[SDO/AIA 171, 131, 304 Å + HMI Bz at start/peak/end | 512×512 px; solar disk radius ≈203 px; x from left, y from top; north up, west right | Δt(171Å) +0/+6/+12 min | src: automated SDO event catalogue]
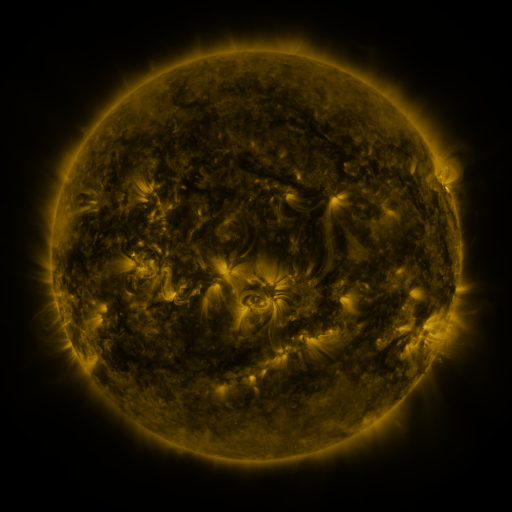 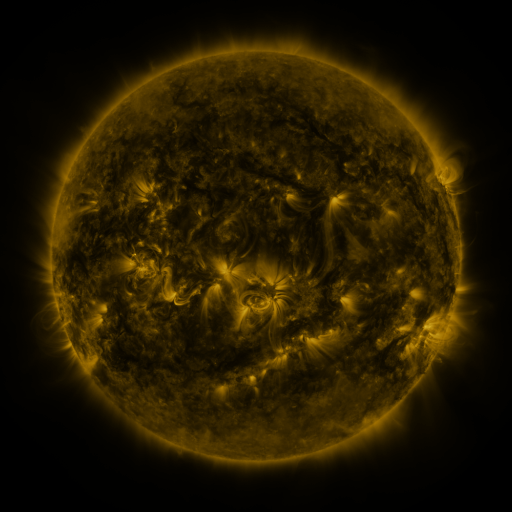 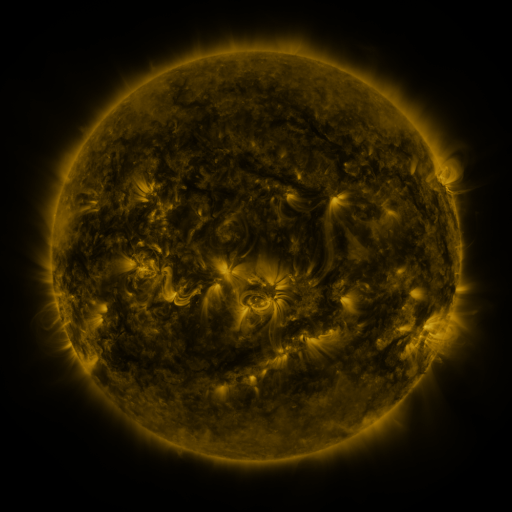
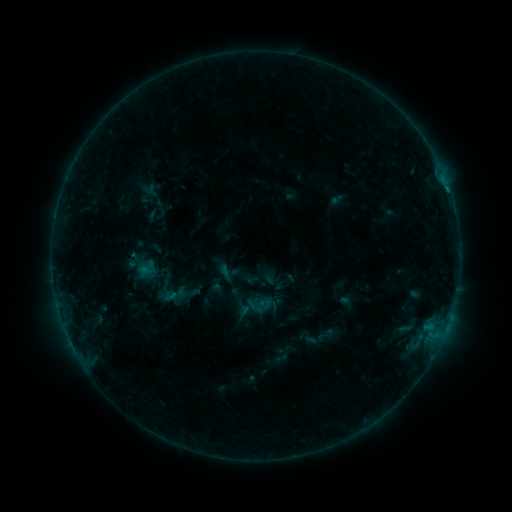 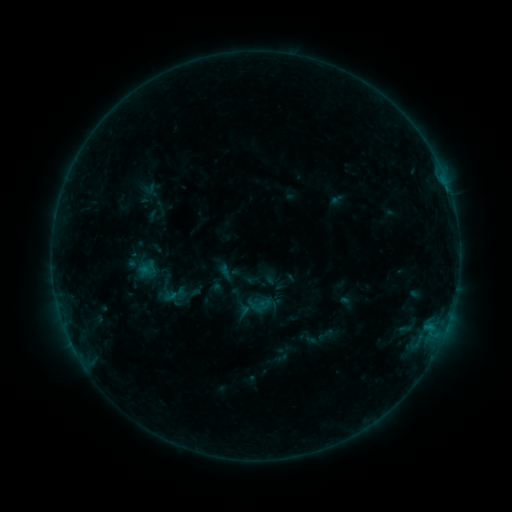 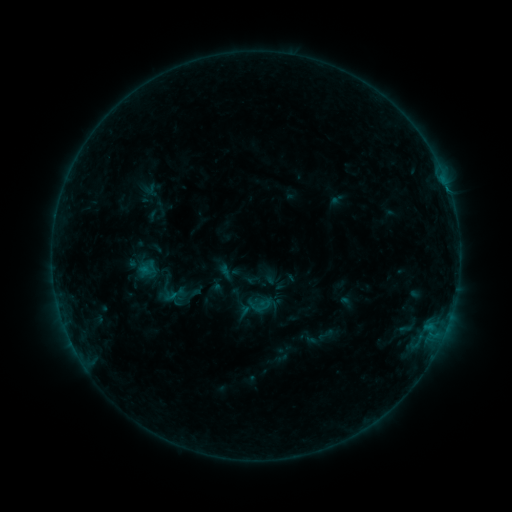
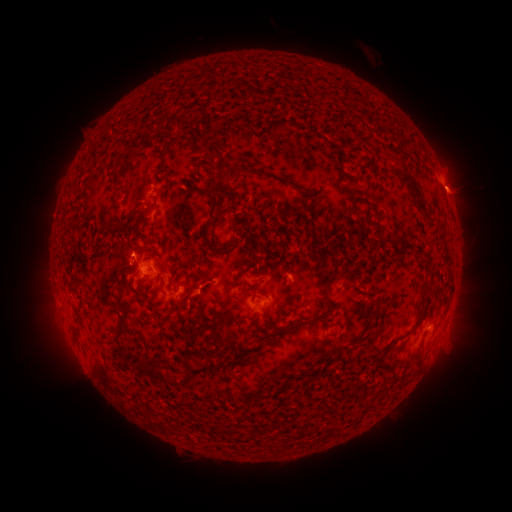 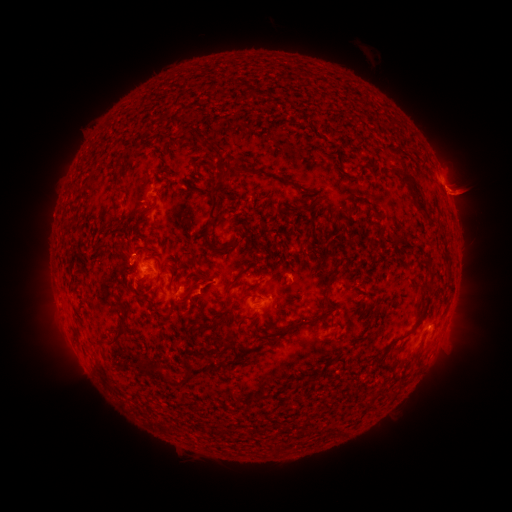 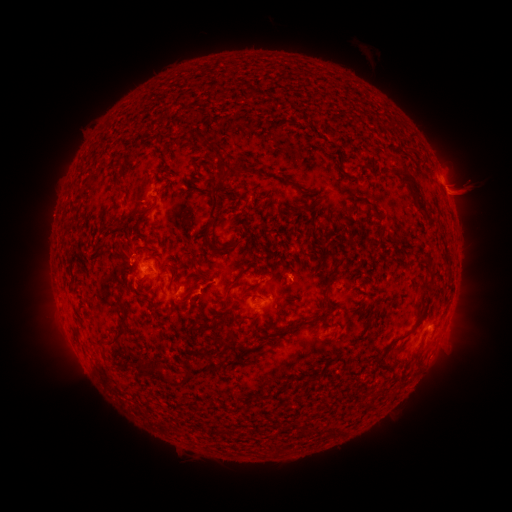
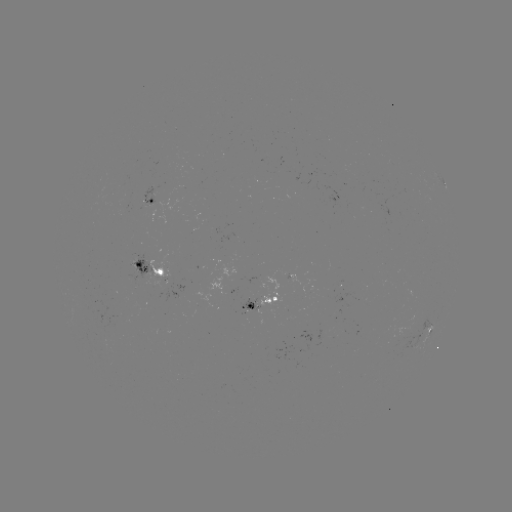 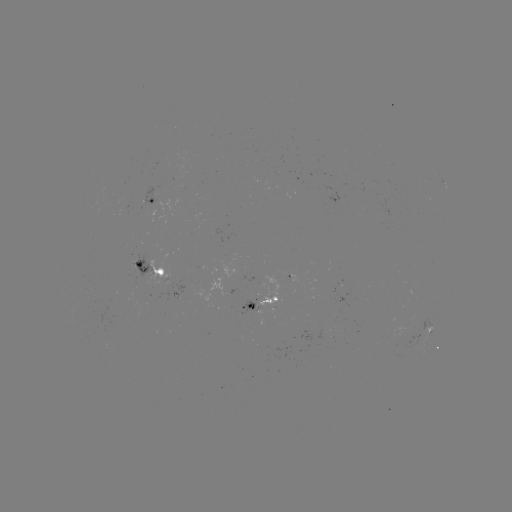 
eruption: (439, 172, 490, 221)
